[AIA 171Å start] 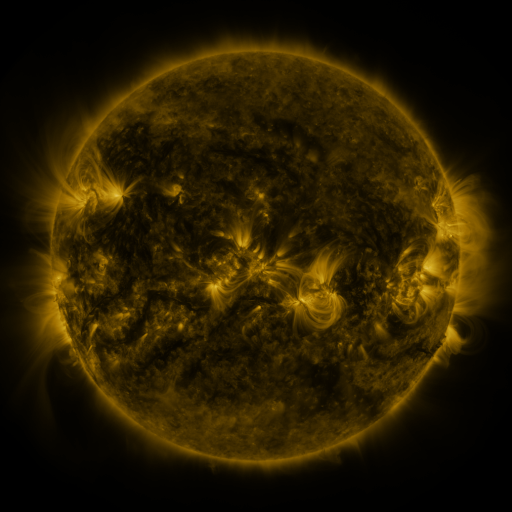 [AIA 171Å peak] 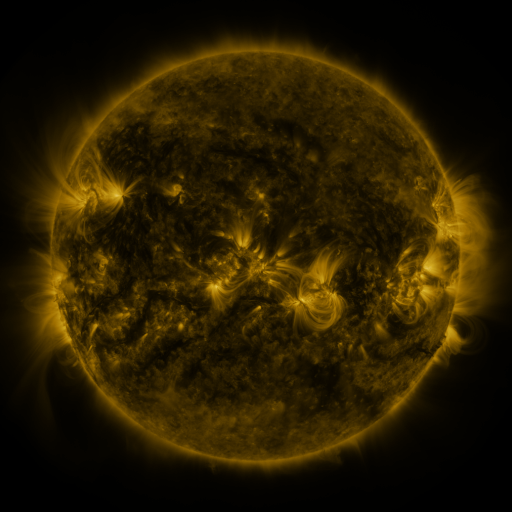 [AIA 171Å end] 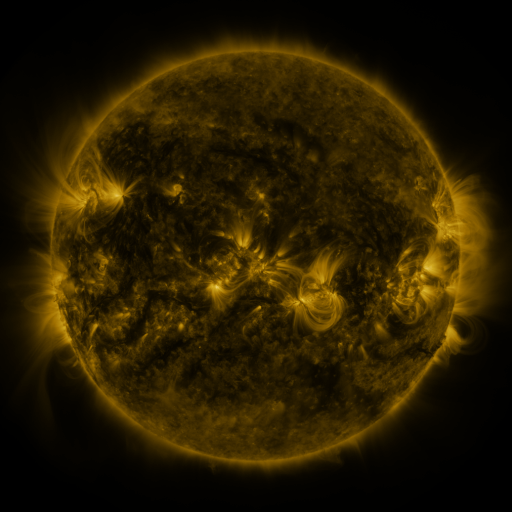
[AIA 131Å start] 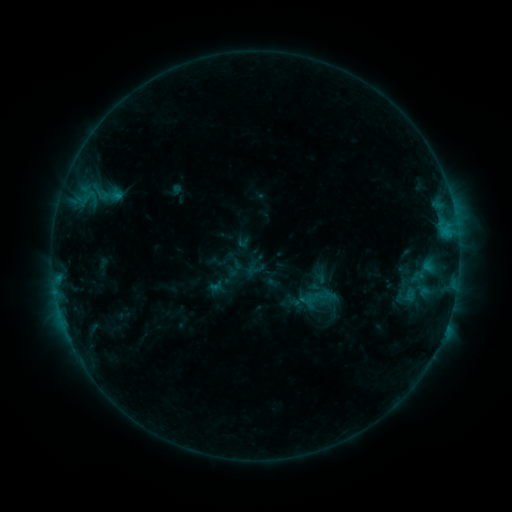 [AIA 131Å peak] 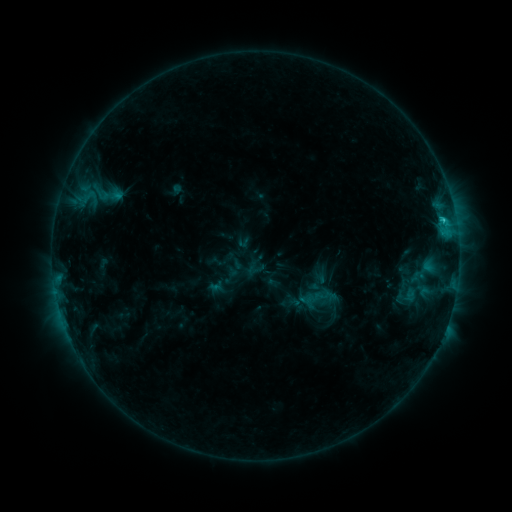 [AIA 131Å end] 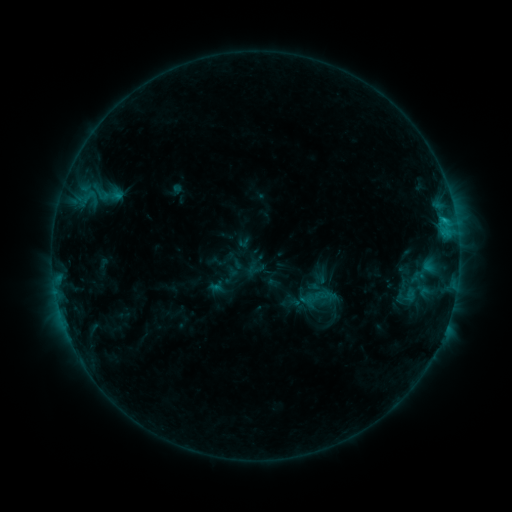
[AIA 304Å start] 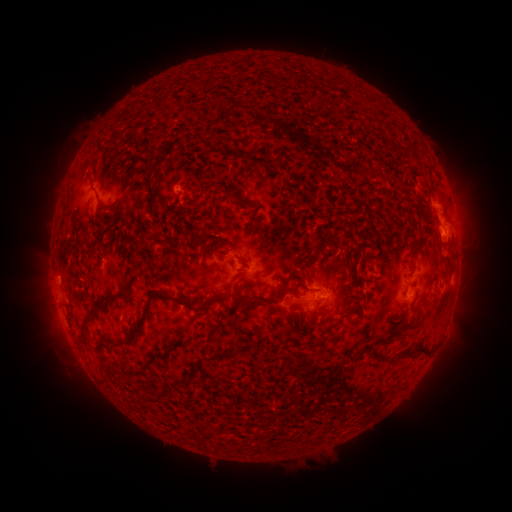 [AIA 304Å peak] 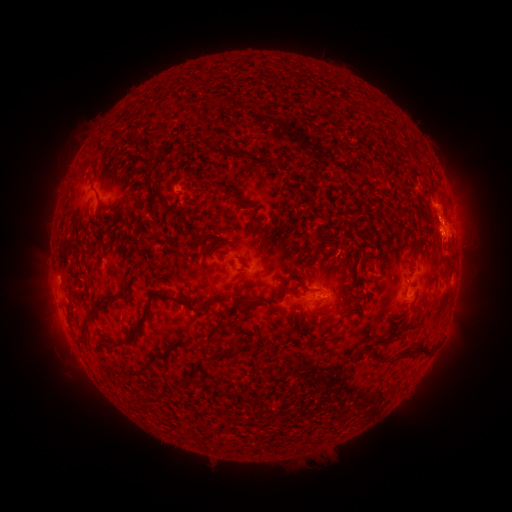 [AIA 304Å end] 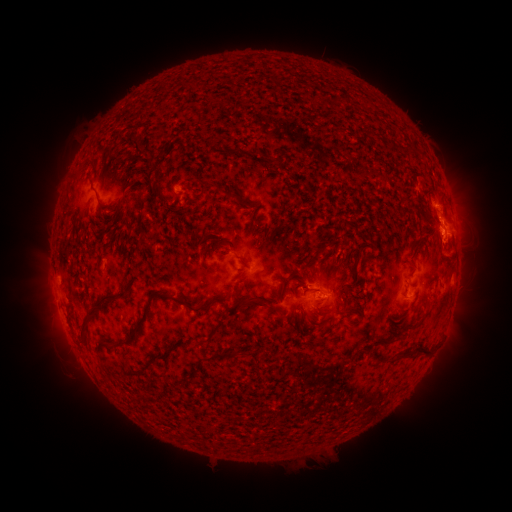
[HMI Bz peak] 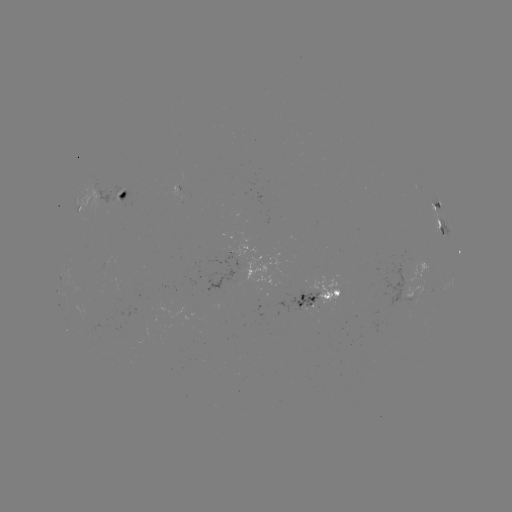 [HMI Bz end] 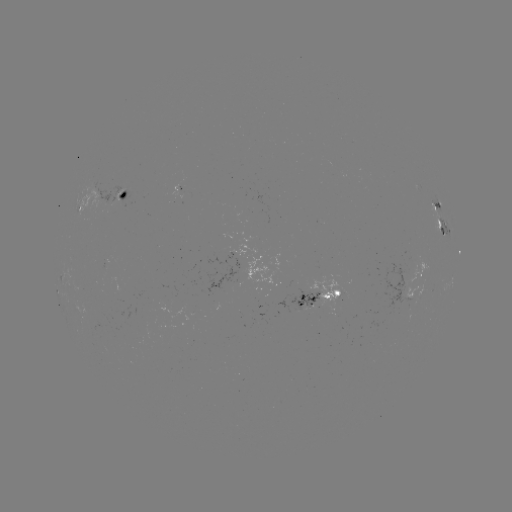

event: flare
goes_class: C1.3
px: (441, 221)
